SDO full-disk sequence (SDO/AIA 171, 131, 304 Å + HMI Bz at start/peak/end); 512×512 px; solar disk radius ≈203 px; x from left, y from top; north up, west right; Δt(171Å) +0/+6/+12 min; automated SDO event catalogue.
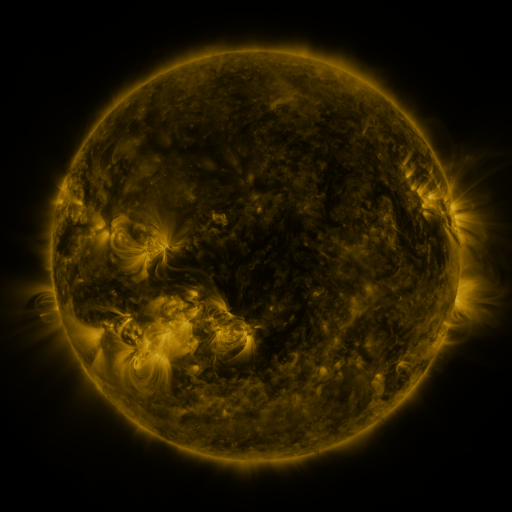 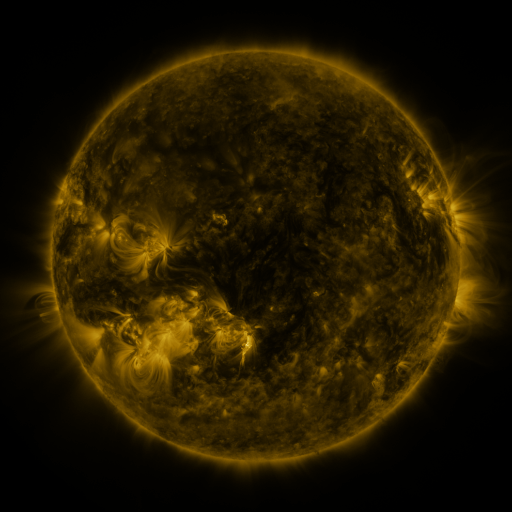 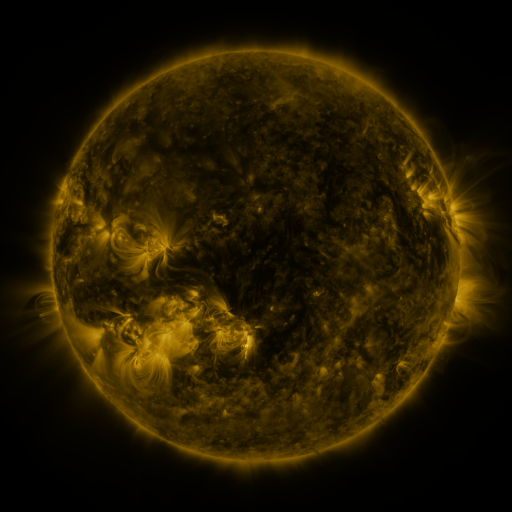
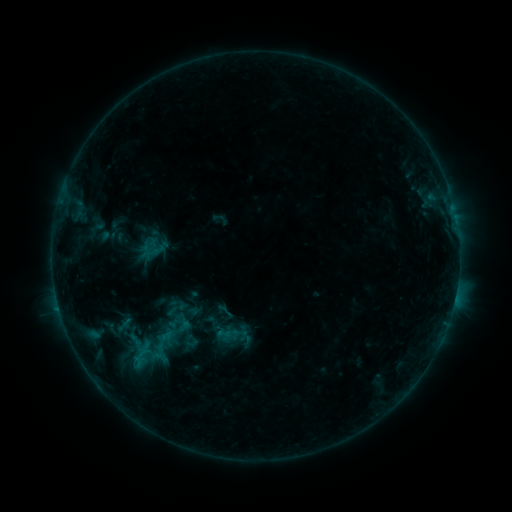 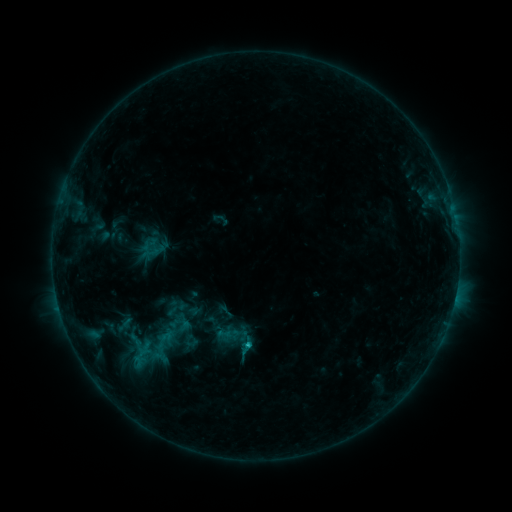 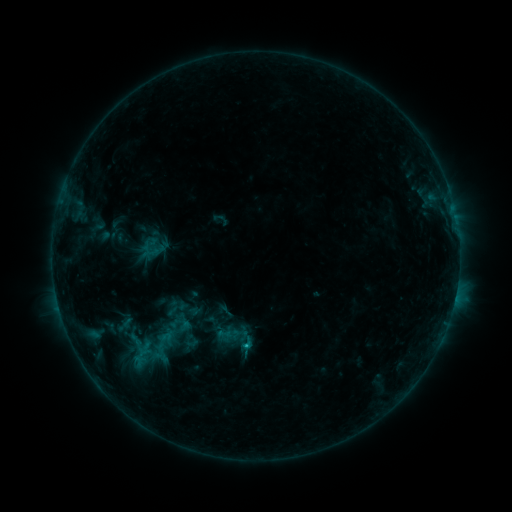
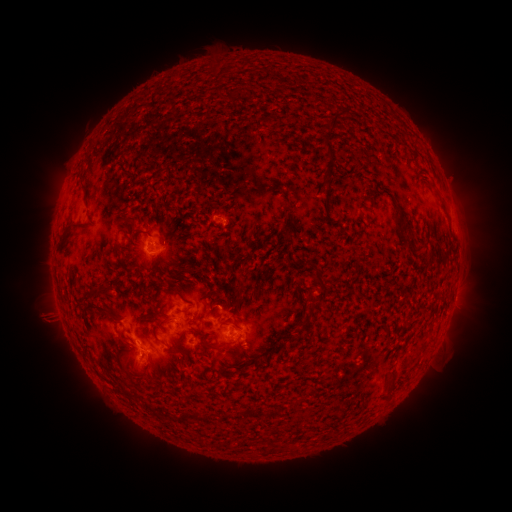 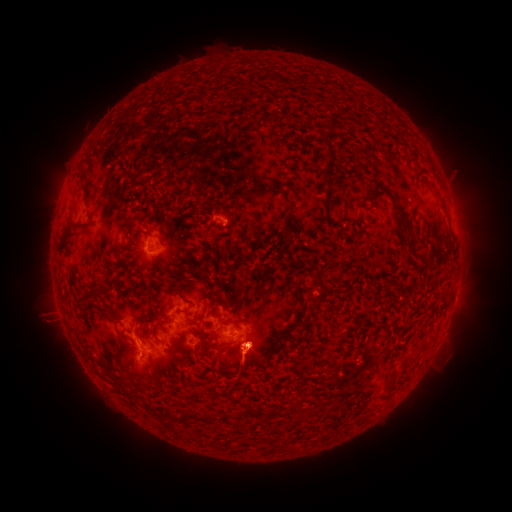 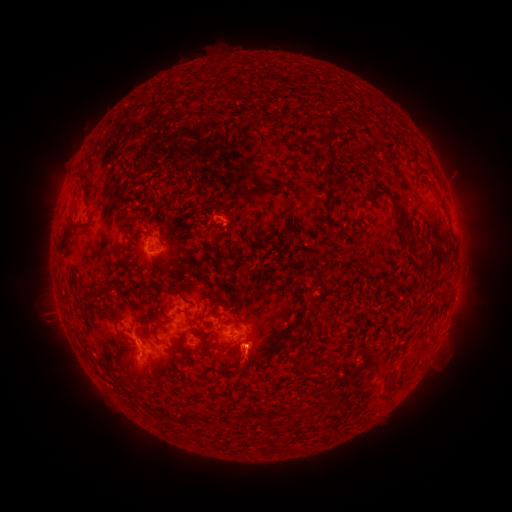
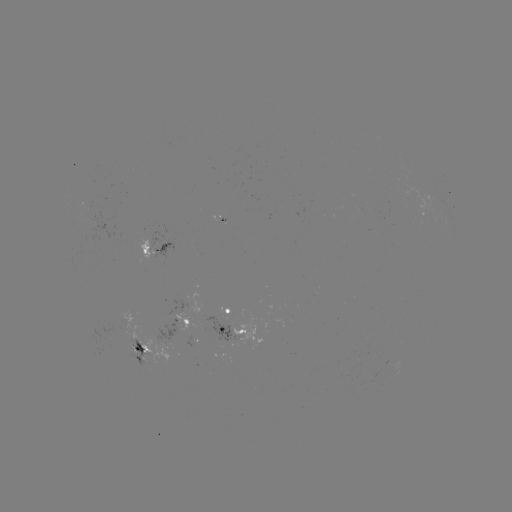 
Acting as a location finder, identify eruption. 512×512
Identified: (249, 409).